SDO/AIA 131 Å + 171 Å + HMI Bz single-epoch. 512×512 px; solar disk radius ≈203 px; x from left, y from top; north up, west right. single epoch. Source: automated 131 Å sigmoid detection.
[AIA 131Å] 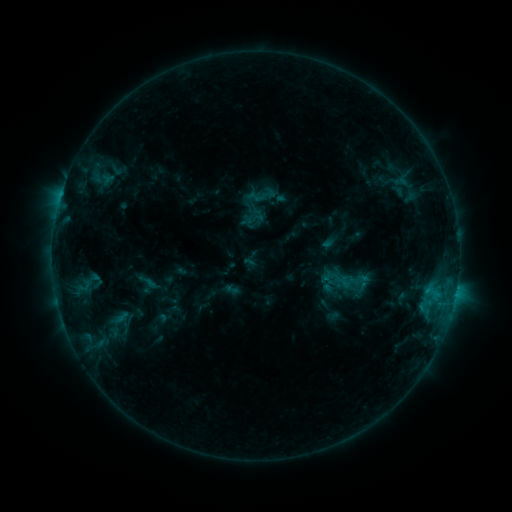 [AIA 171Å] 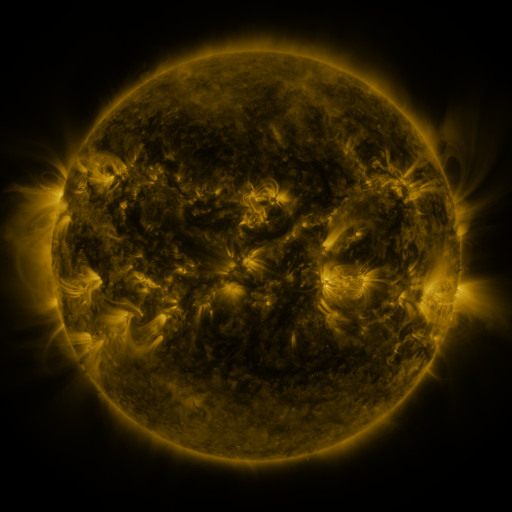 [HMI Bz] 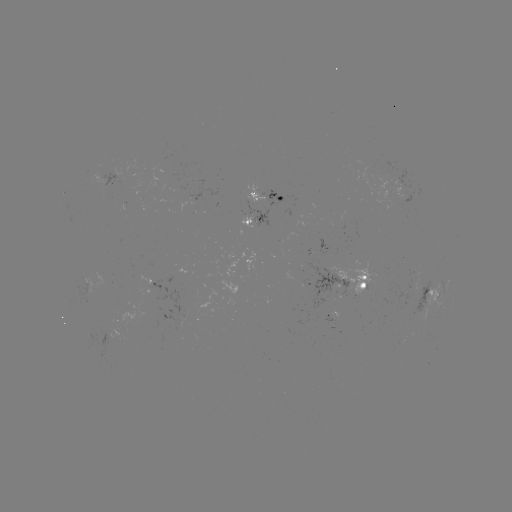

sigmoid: <bbox>246, 180, 276, 209</bbox>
